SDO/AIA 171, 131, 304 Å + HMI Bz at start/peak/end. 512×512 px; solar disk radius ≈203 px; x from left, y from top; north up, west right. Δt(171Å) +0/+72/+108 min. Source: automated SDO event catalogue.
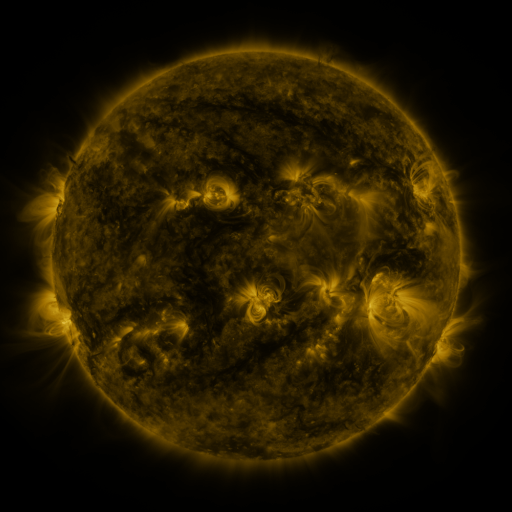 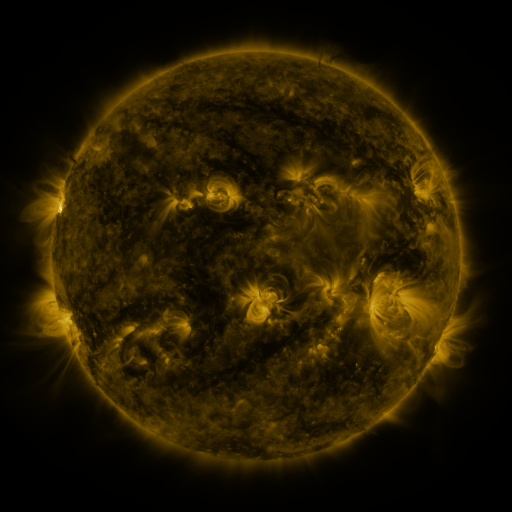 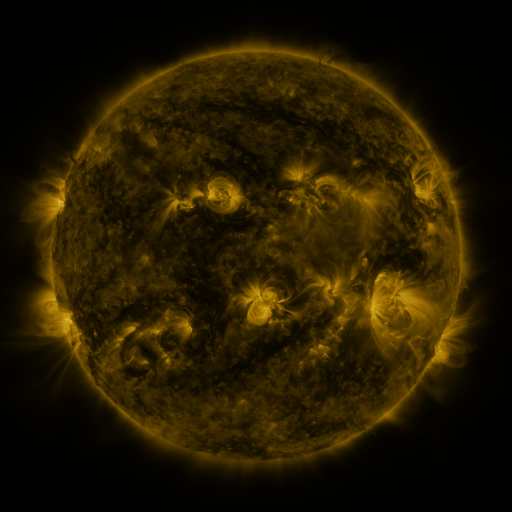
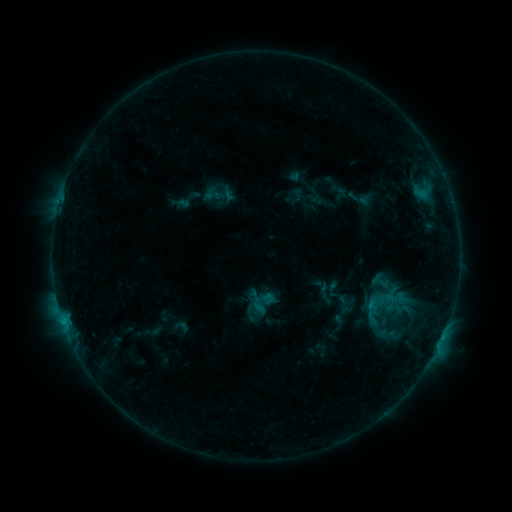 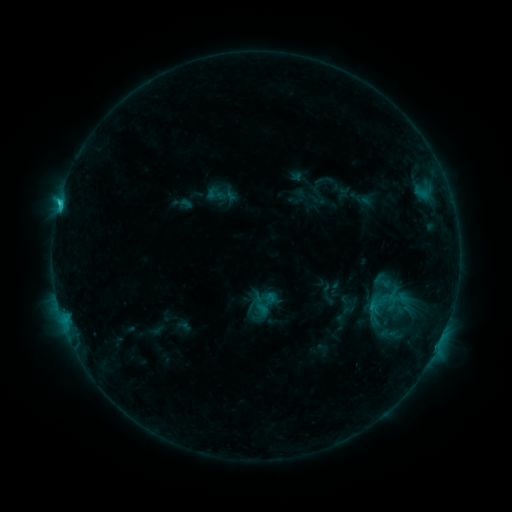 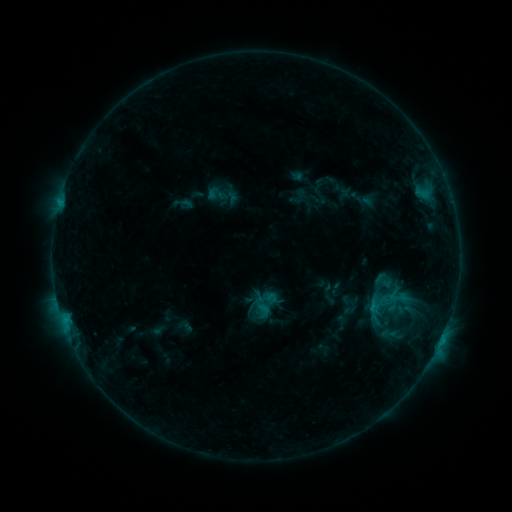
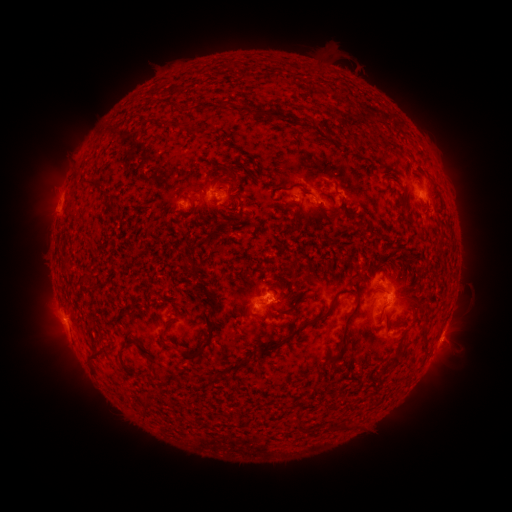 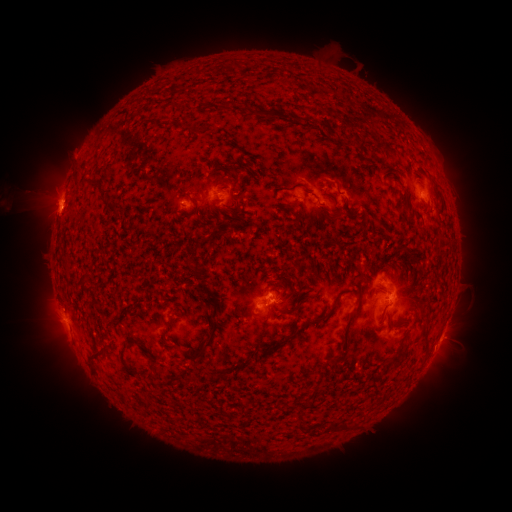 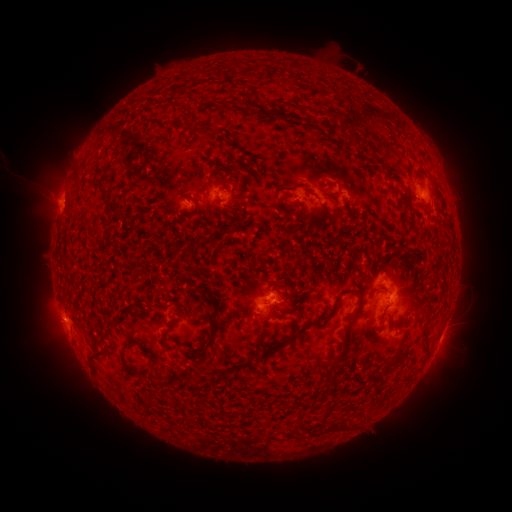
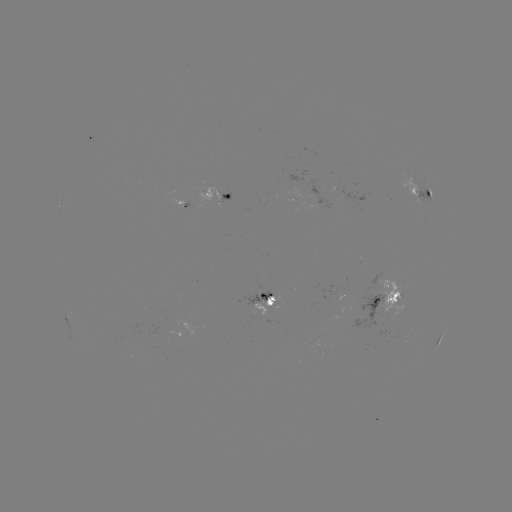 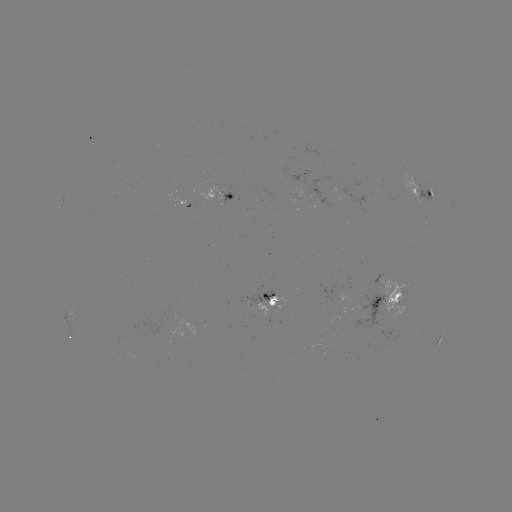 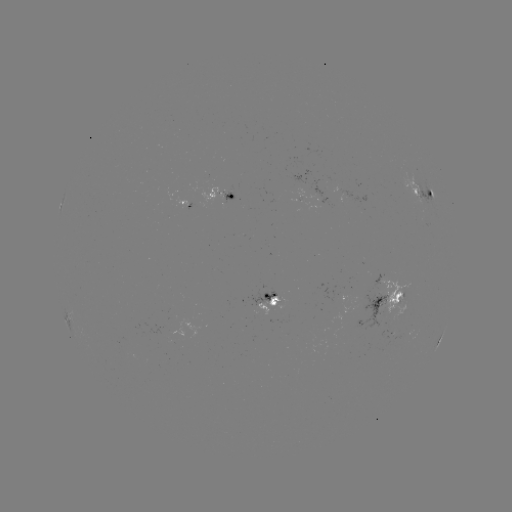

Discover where emerging-flux region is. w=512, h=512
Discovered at [336, 301].